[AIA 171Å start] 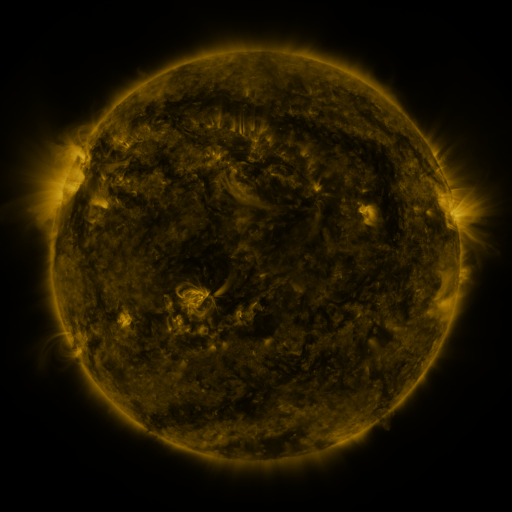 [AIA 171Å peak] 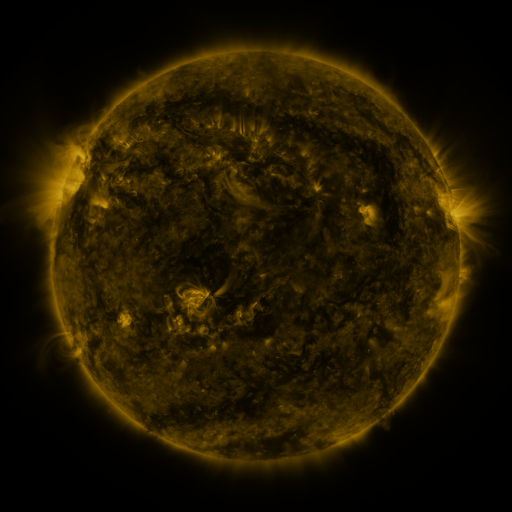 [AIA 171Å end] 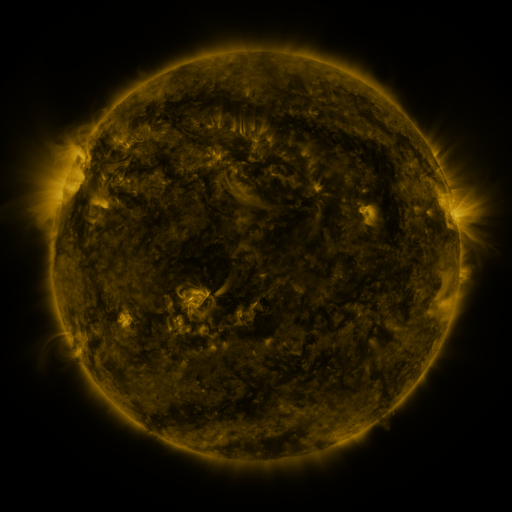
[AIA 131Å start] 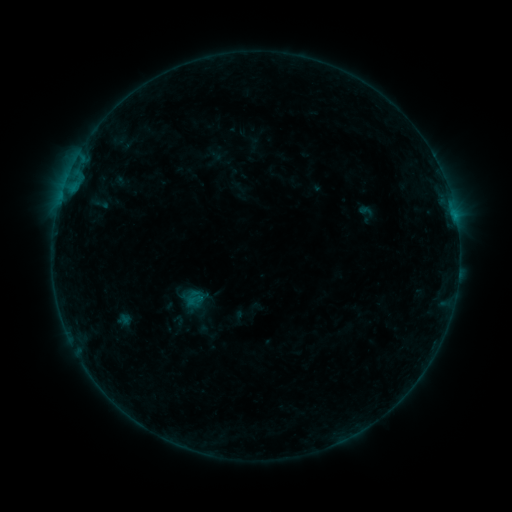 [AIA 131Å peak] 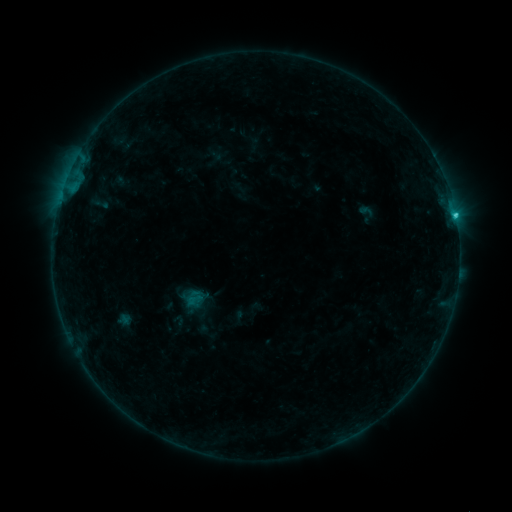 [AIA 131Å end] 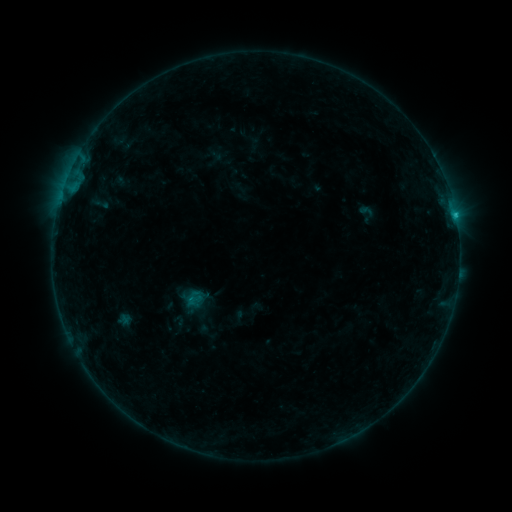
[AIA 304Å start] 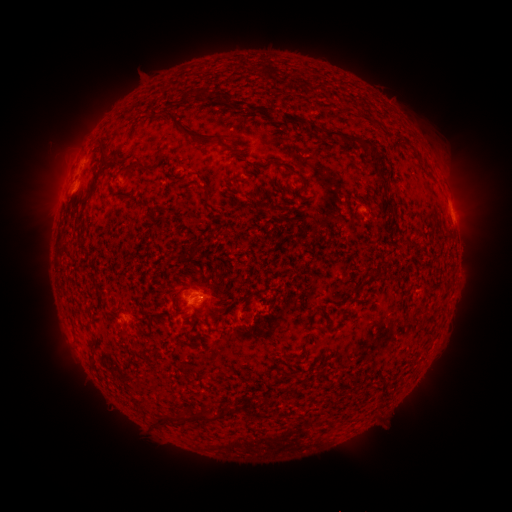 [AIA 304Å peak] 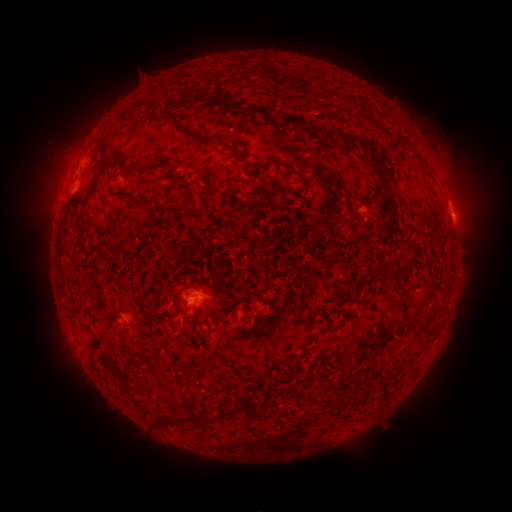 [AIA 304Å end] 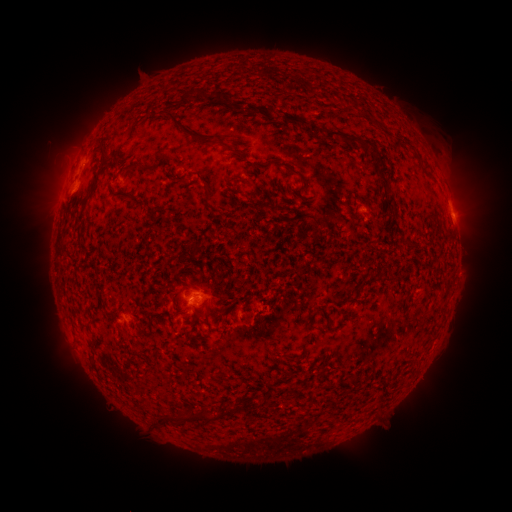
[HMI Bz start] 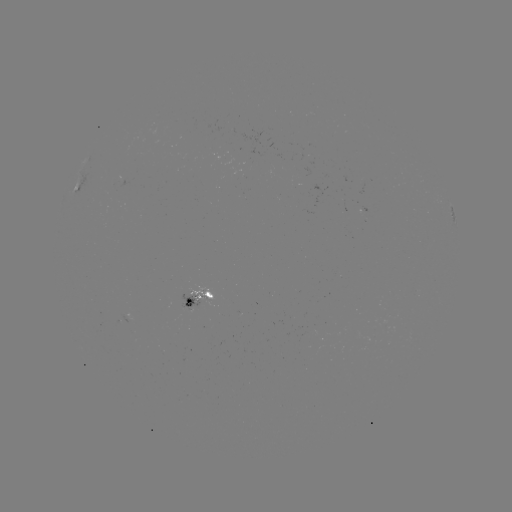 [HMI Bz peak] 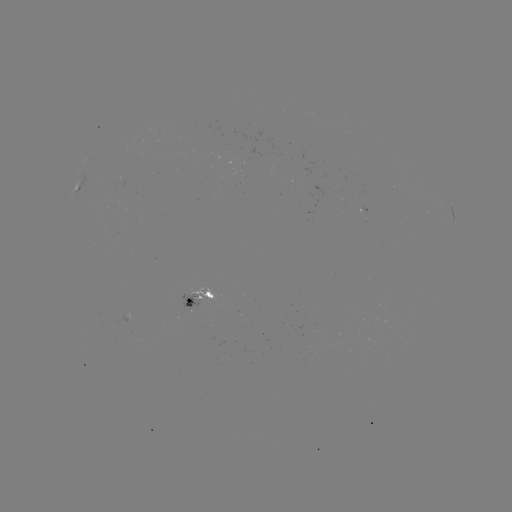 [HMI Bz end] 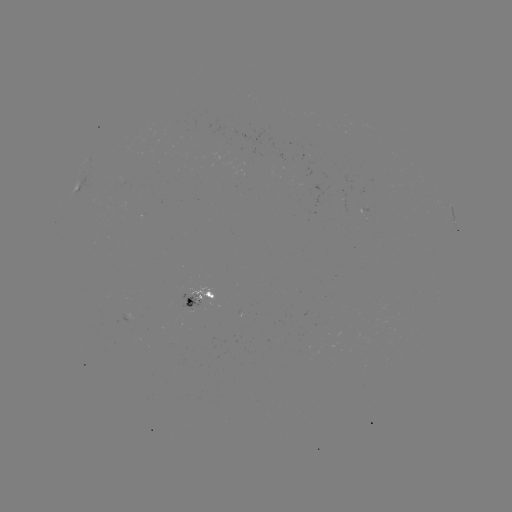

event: flare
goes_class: C1.0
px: (455, 216)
